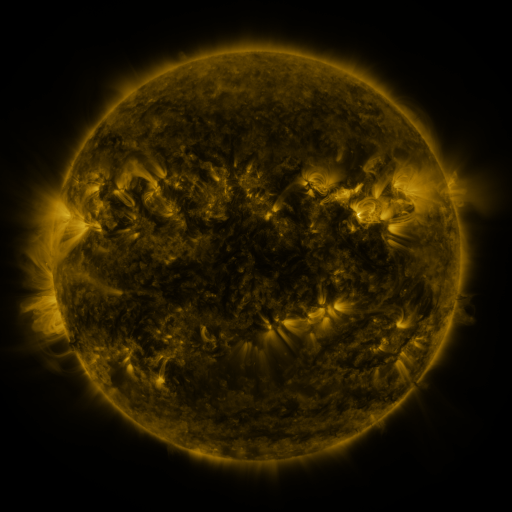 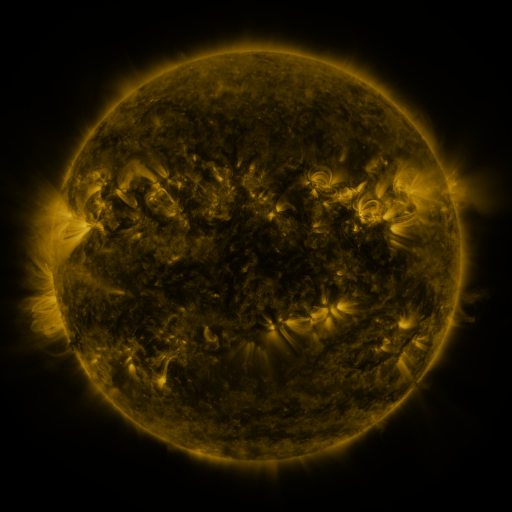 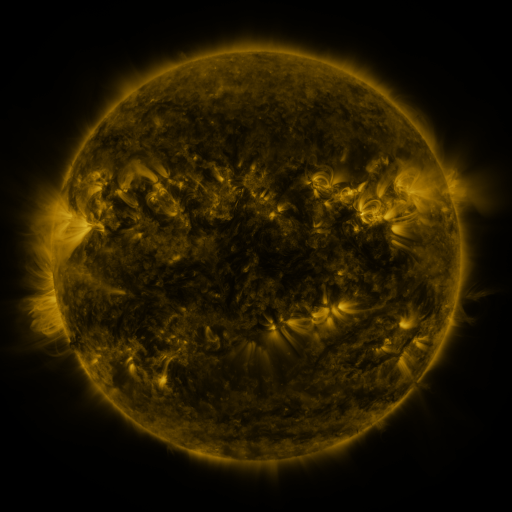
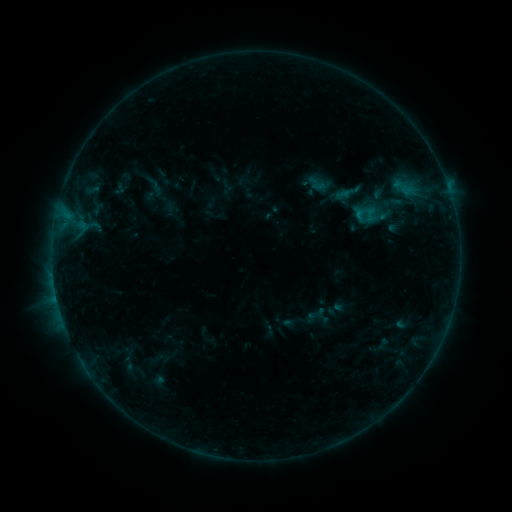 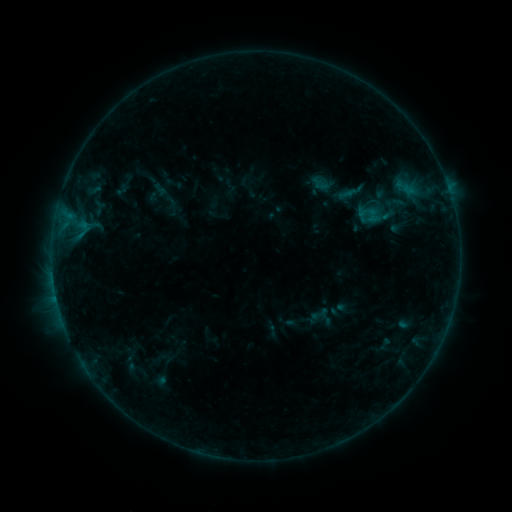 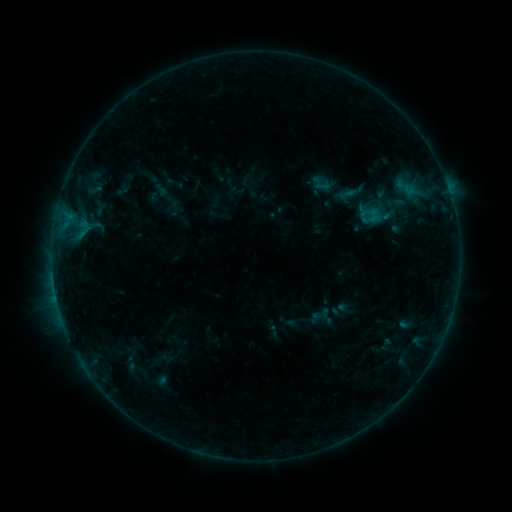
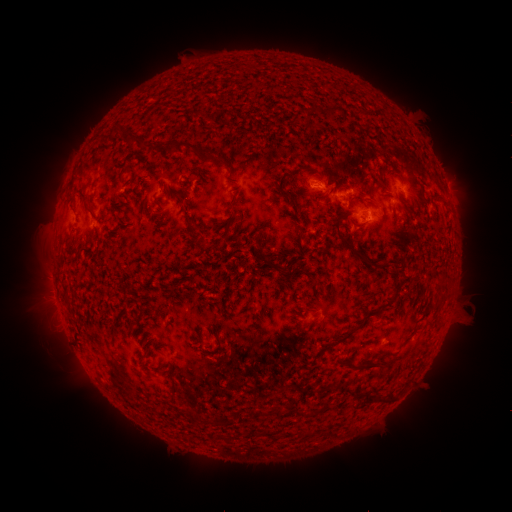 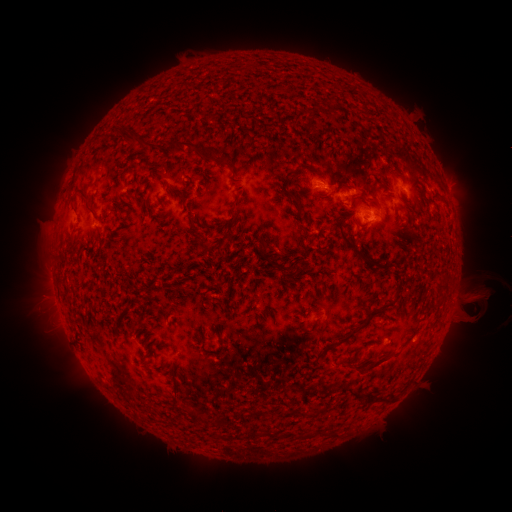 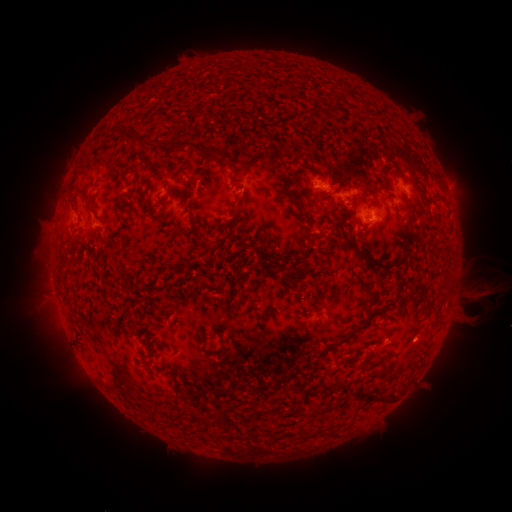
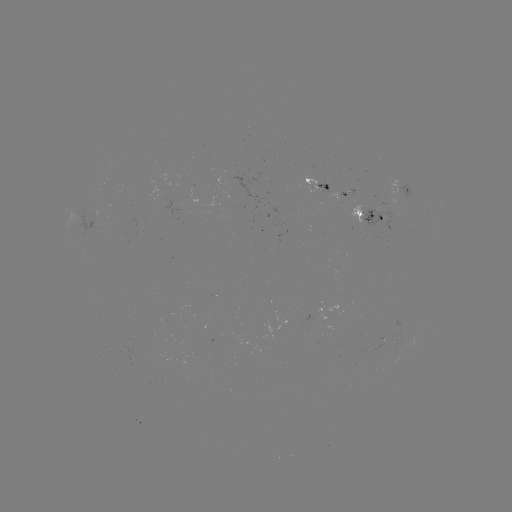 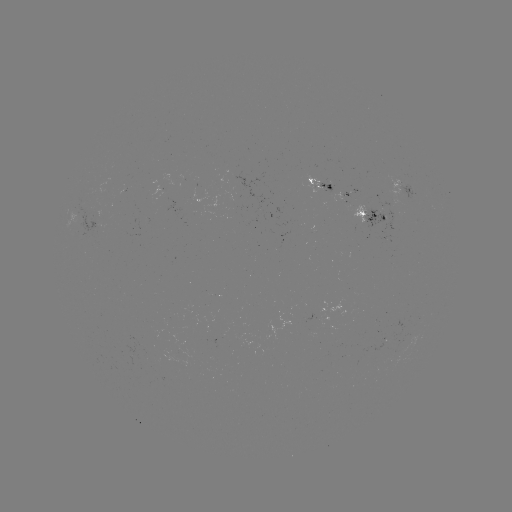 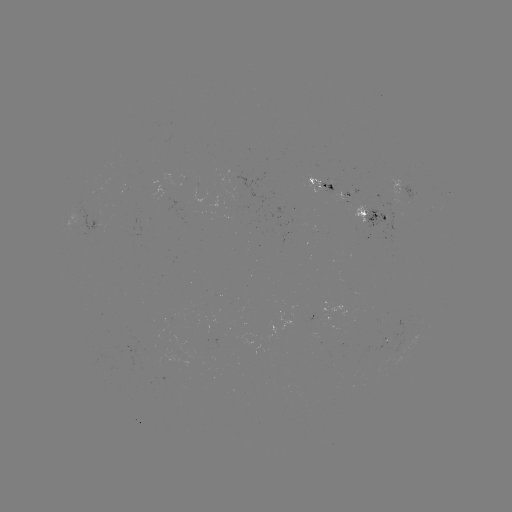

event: emerging-flux region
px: (391, 209)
